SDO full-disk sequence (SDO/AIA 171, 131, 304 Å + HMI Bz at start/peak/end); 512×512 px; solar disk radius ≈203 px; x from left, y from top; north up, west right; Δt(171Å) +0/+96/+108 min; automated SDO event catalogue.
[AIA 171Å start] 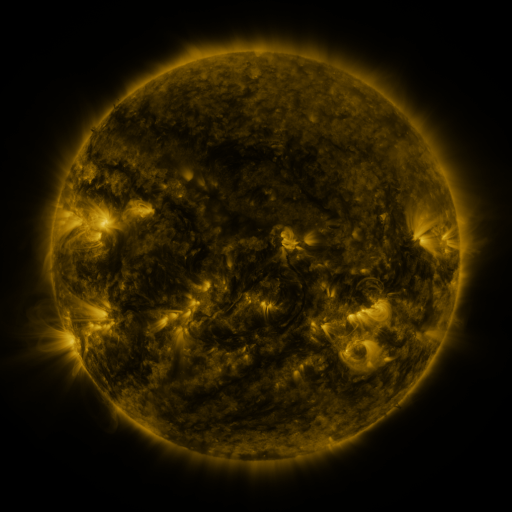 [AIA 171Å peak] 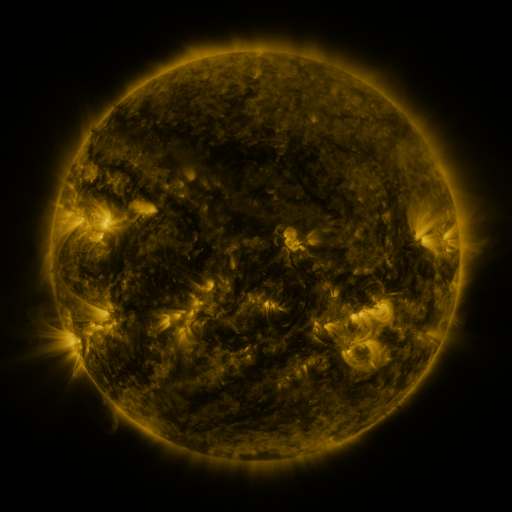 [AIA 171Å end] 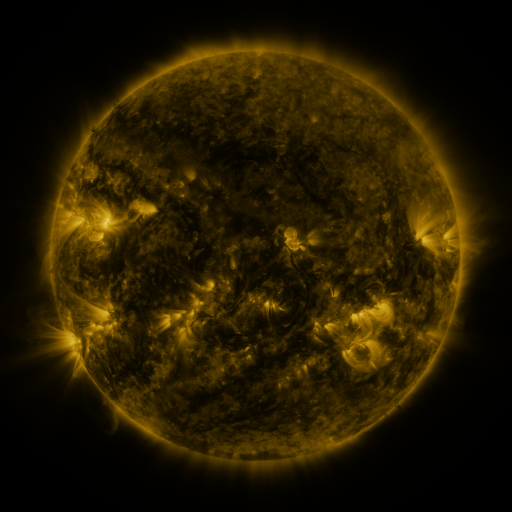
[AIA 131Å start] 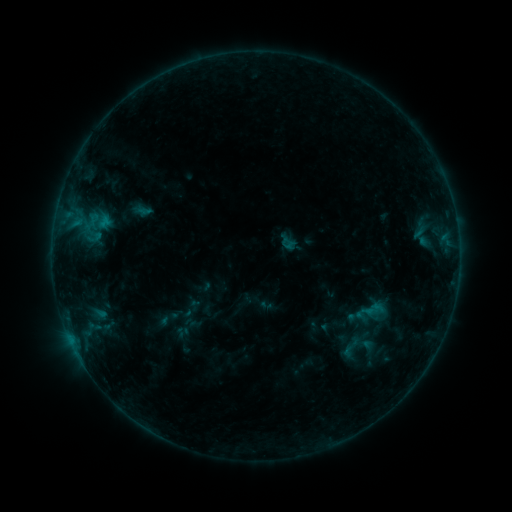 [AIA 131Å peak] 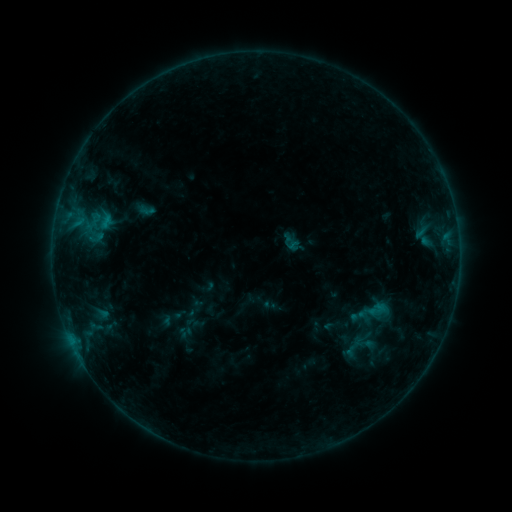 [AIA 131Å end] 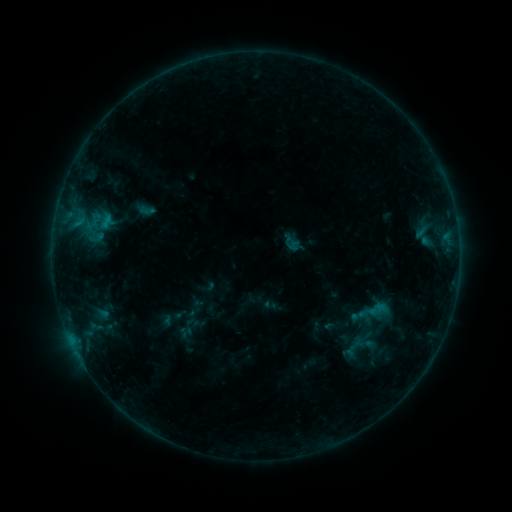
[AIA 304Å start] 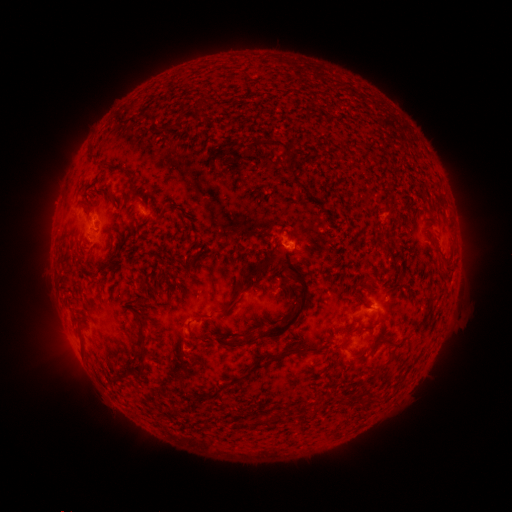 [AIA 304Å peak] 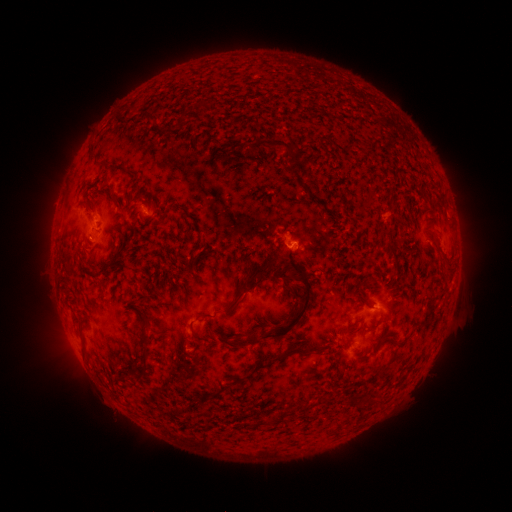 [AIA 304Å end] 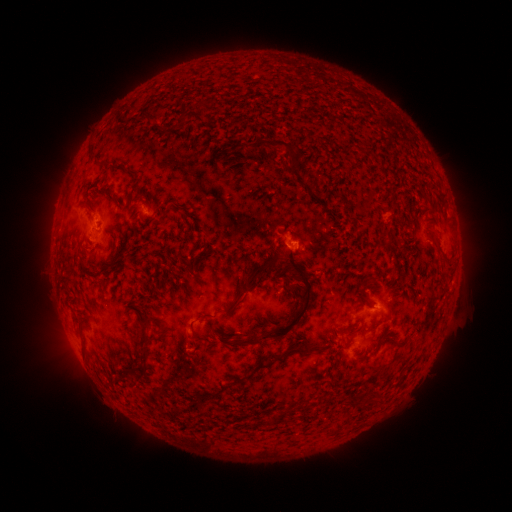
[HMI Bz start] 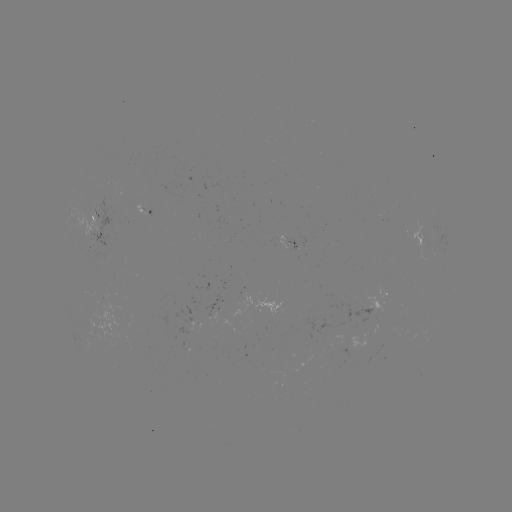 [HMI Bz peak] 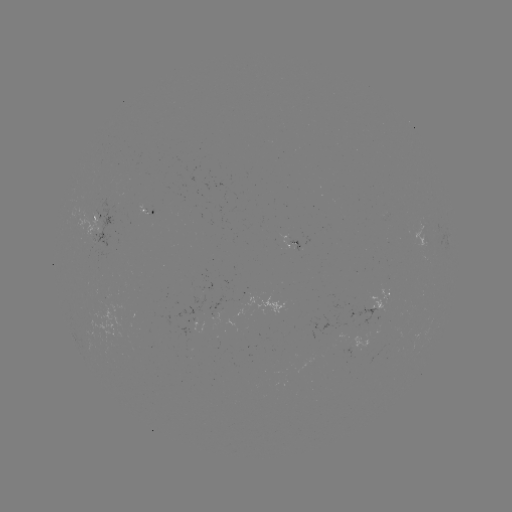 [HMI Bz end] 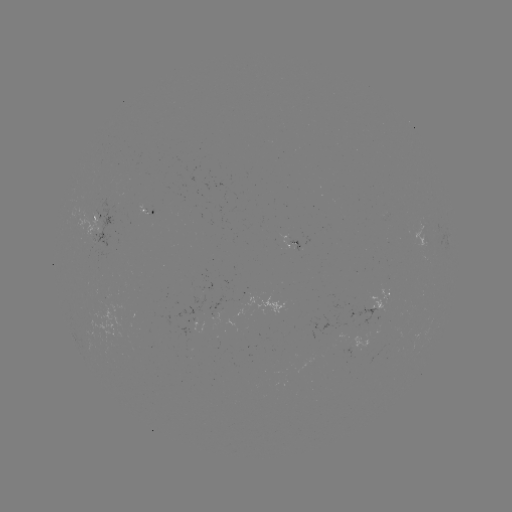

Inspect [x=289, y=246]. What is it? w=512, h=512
emerging-flux region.